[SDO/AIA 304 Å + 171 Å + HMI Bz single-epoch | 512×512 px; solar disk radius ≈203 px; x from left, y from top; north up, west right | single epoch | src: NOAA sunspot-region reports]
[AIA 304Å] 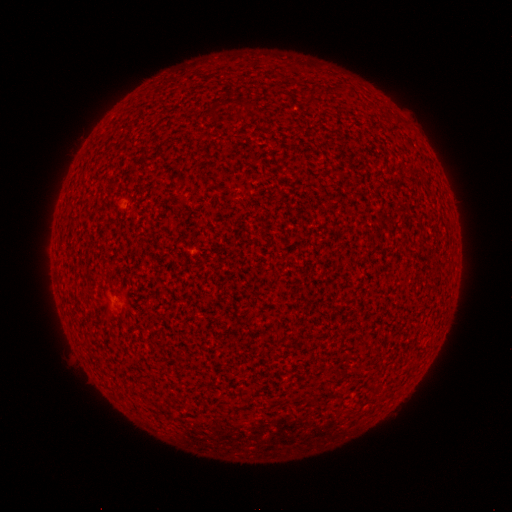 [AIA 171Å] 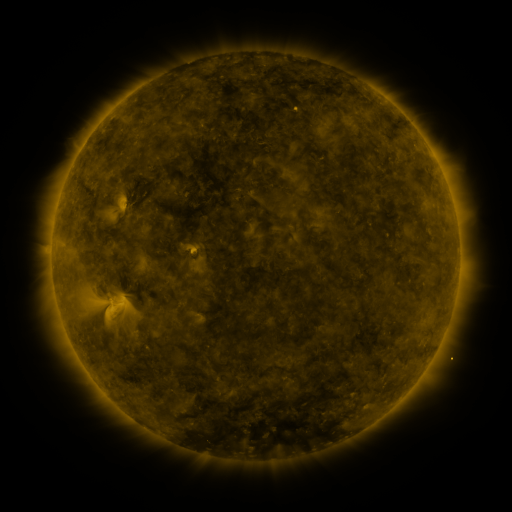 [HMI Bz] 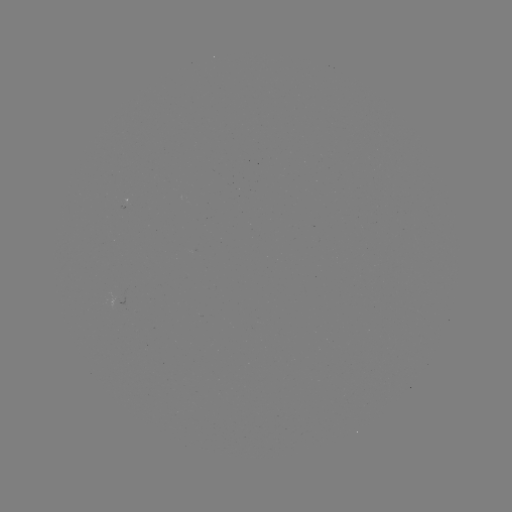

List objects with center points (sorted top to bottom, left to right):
(none)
